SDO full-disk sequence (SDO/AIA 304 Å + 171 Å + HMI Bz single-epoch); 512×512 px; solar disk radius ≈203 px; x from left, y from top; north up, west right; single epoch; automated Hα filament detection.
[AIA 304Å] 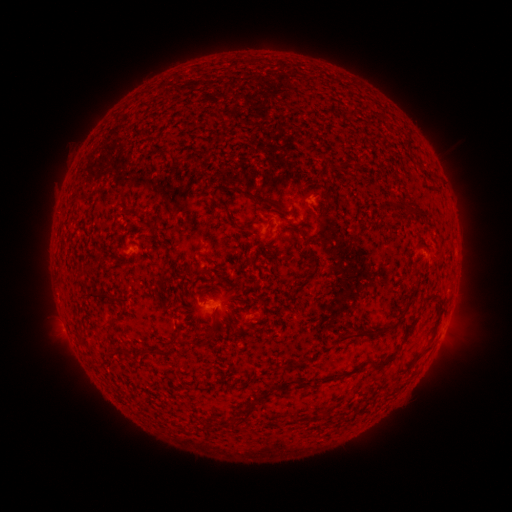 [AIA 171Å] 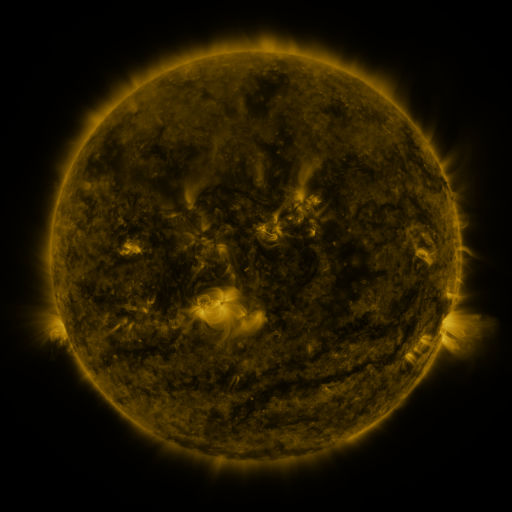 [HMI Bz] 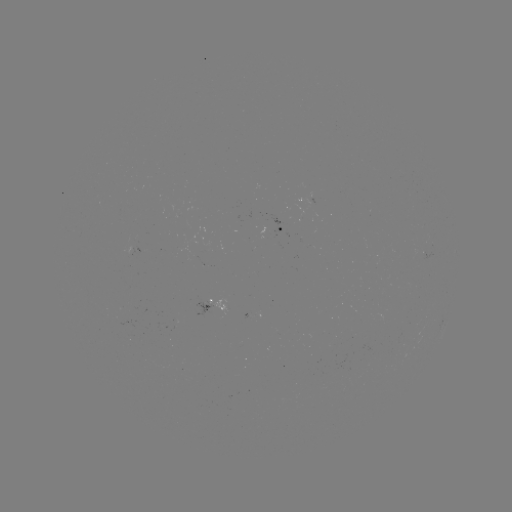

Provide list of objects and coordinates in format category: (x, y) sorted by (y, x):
filament: (258, 199)
filament: (410, 213)
filament: (101, 294)
filament: (427, 299)
filament: (372, 332)
filament: (184, 340)
filament: (381, 363)
filament: (347, 374)
filament: (243, 410)
